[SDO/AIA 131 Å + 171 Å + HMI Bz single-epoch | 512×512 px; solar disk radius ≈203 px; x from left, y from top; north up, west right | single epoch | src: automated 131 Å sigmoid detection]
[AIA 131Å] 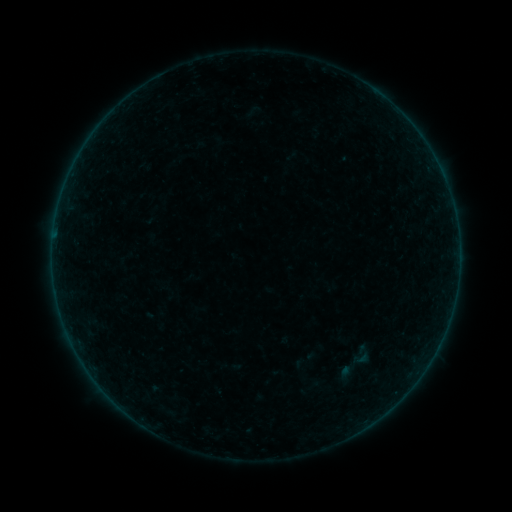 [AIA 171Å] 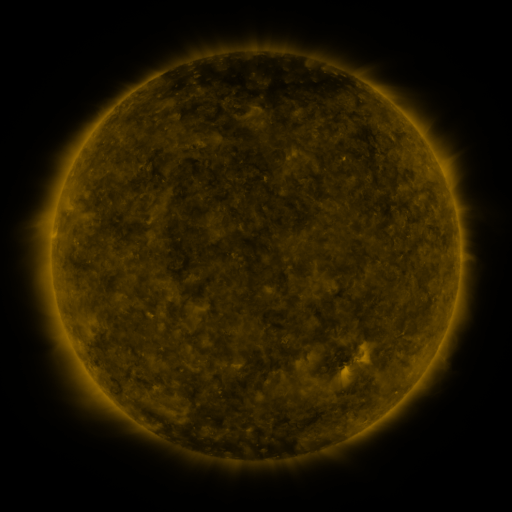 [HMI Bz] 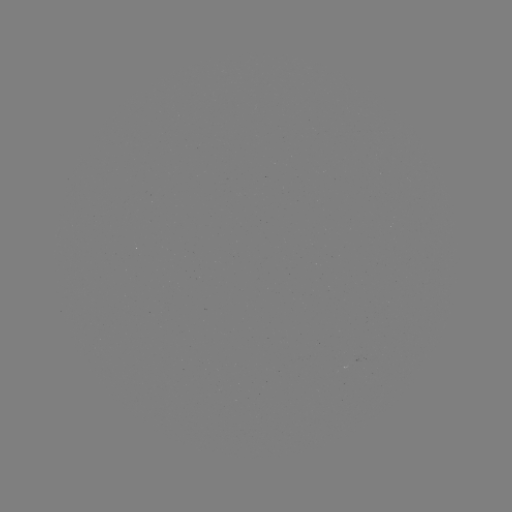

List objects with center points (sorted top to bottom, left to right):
sigmoid: (351, 349, 371, 368)
